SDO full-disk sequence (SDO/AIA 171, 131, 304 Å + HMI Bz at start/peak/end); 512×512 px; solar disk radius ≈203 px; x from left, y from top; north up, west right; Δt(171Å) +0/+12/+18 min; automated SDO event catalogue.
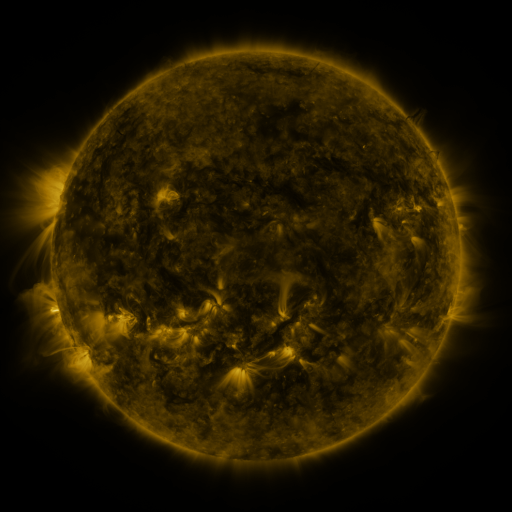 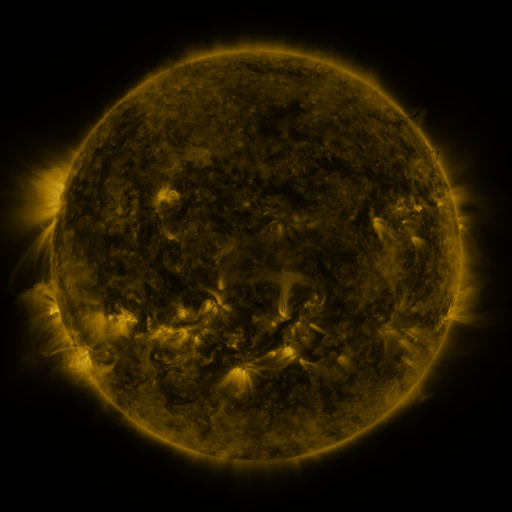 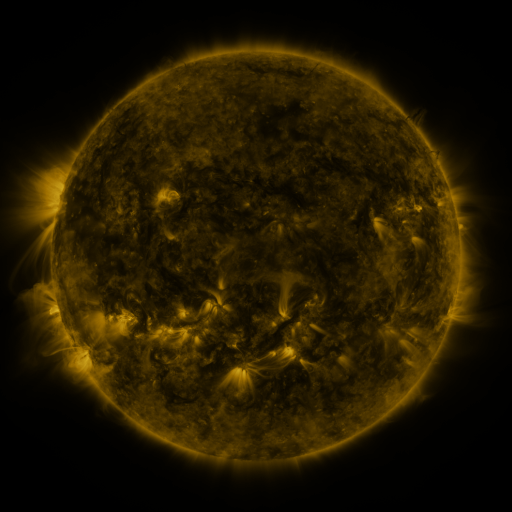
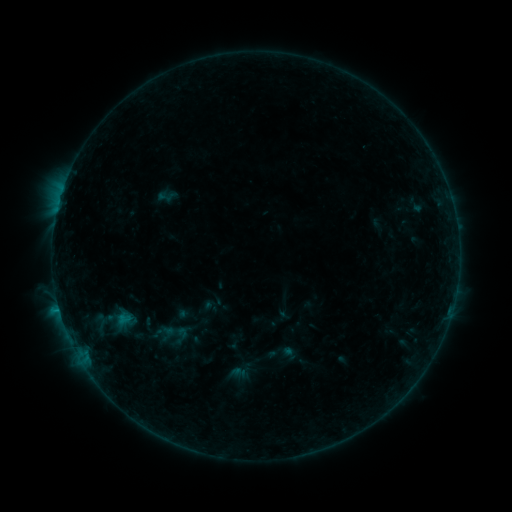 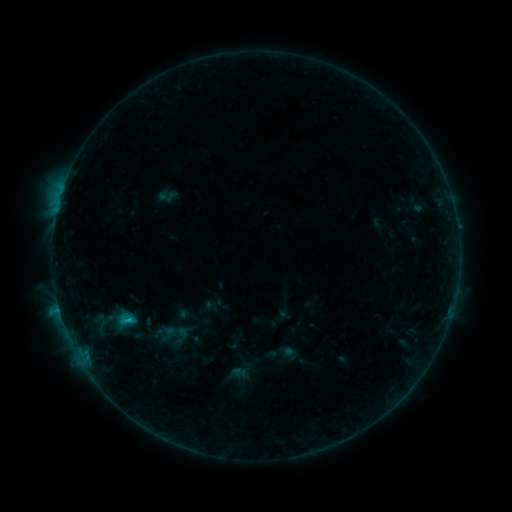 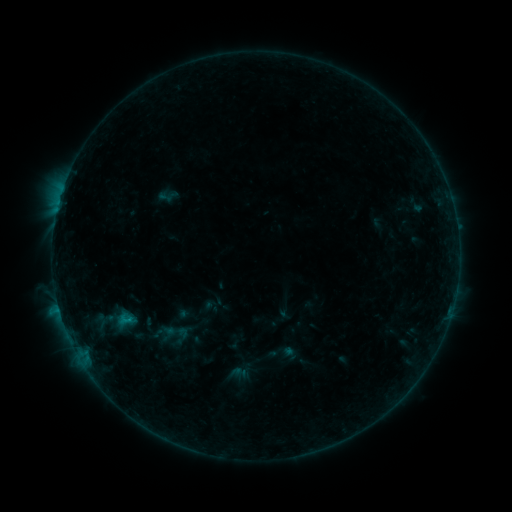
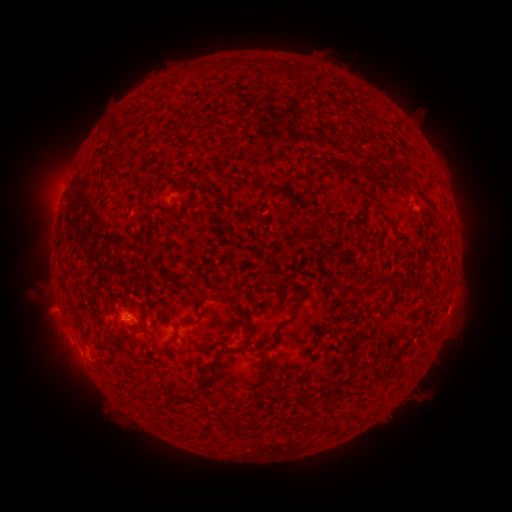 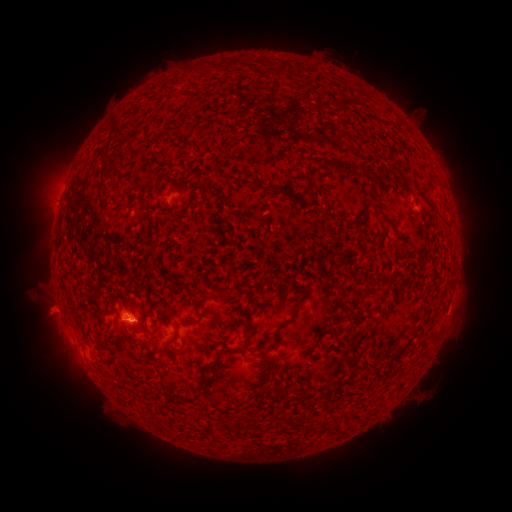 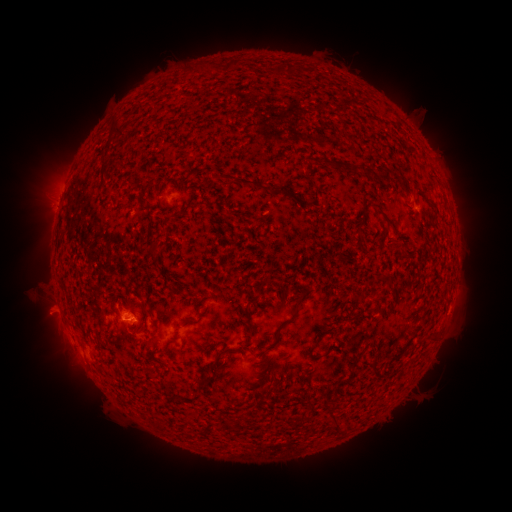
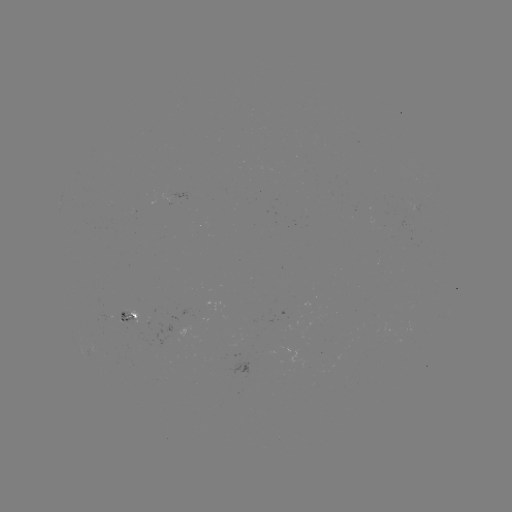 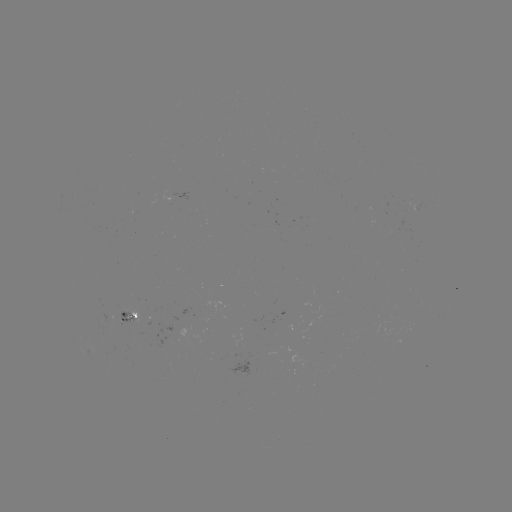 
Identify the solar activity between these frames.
B7.0 flare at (130, 318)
